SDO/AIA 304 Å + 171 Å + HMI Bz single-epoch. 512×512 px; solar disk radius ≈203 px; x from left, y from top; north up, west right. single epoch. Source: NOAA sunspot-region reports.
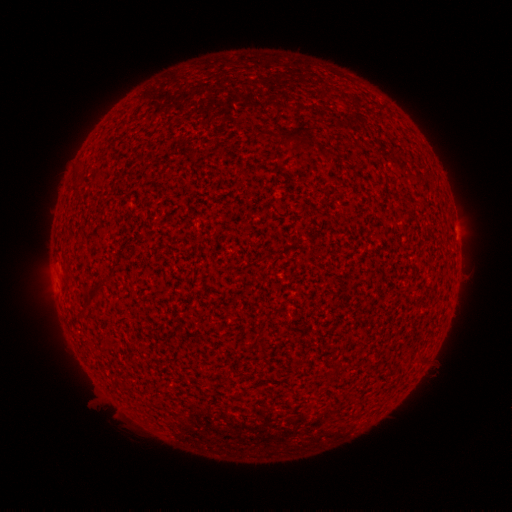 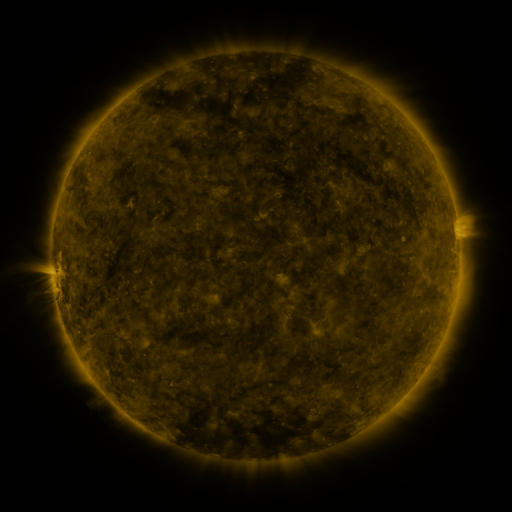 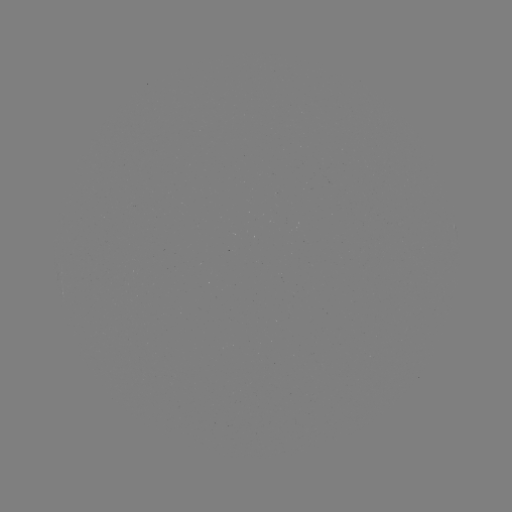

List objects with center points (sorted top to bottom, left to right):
(none)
